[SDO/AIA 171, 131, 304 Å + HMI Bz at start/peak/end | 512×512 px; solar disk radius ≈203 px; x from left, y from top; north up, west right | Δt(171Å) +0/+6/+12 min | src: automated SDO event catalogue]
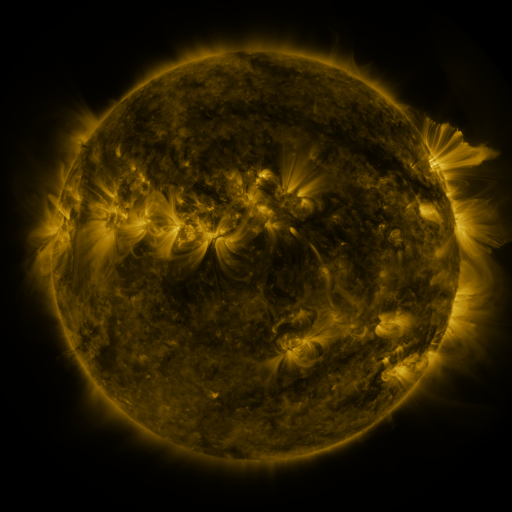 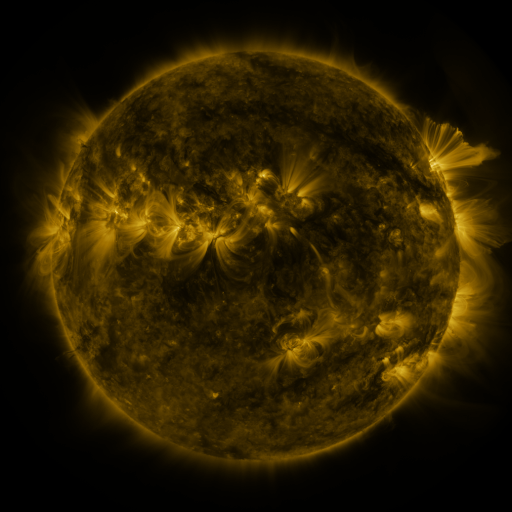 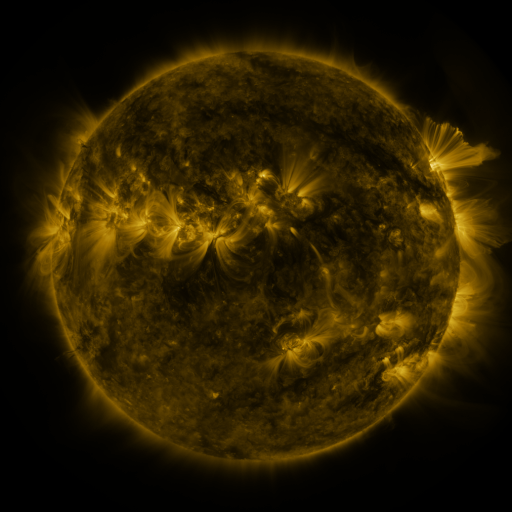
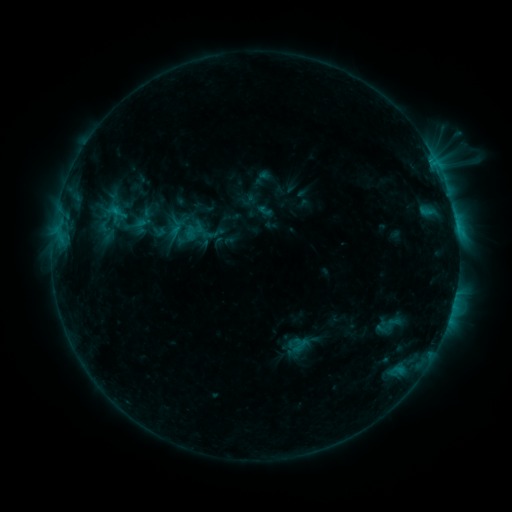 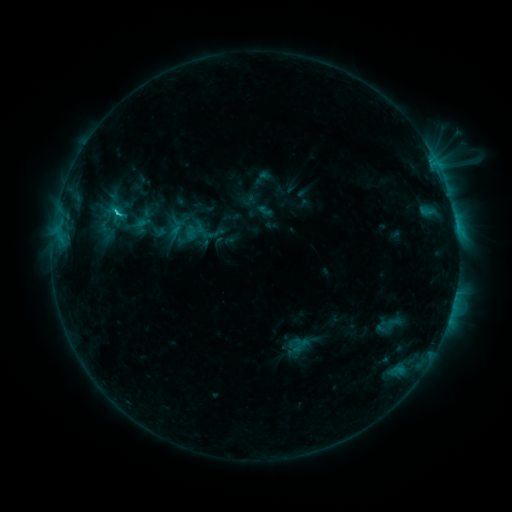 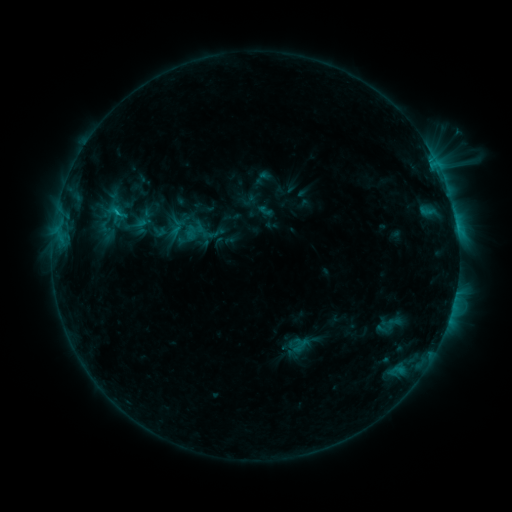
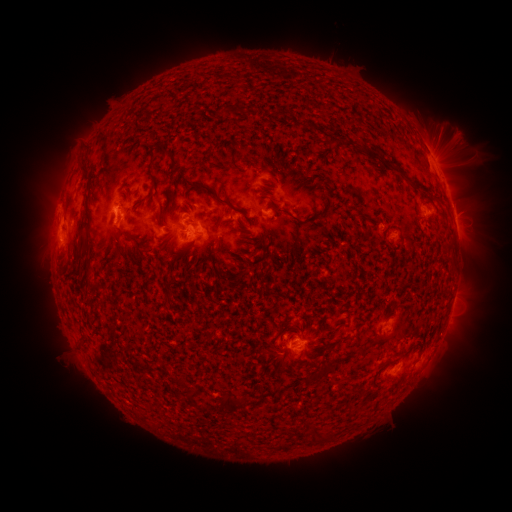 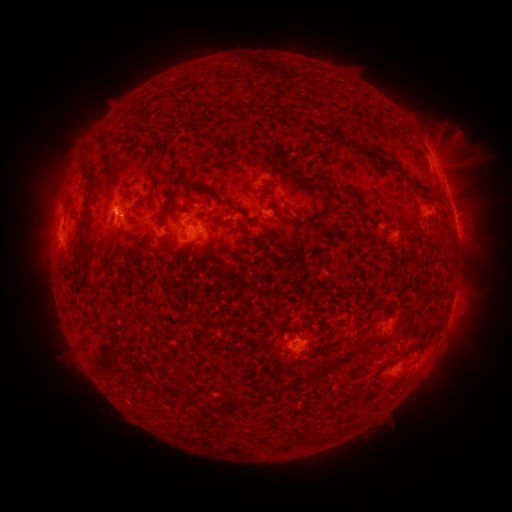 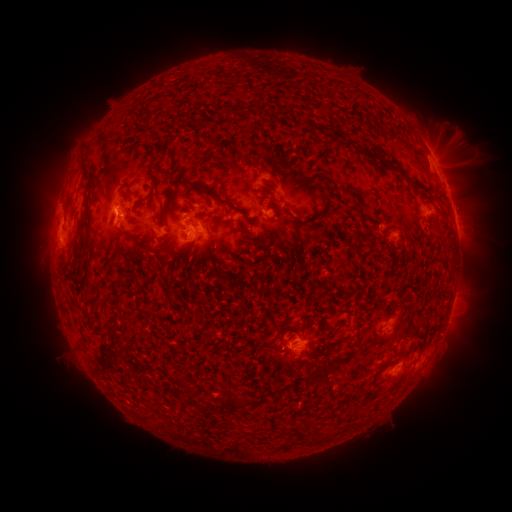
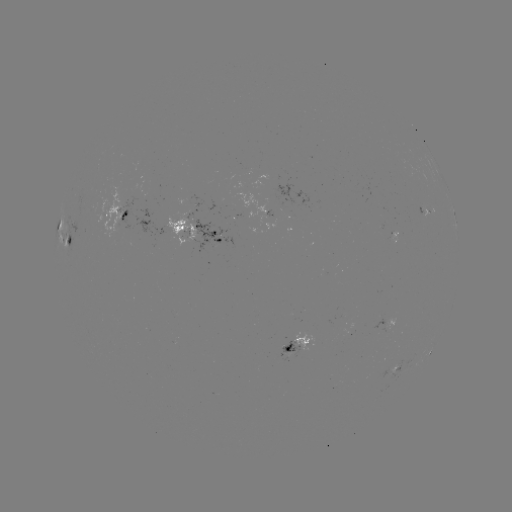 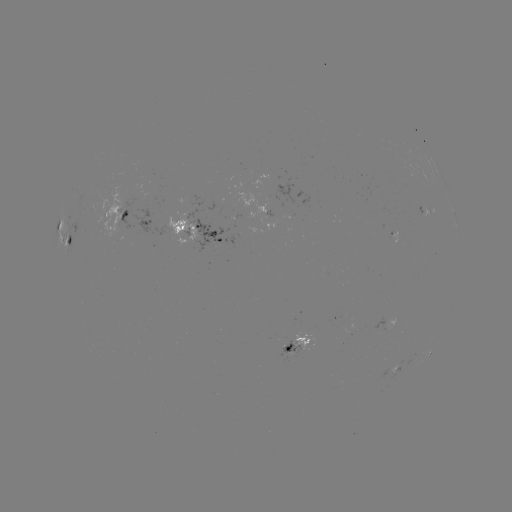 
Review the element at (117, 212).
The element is C1.7 flare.